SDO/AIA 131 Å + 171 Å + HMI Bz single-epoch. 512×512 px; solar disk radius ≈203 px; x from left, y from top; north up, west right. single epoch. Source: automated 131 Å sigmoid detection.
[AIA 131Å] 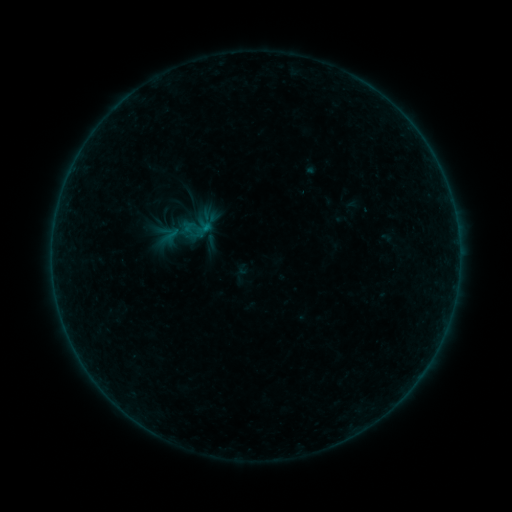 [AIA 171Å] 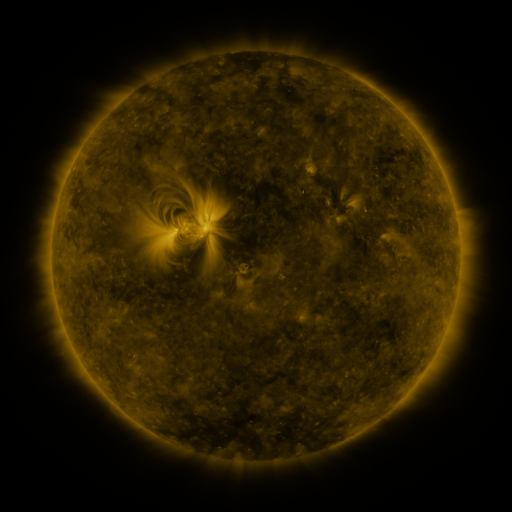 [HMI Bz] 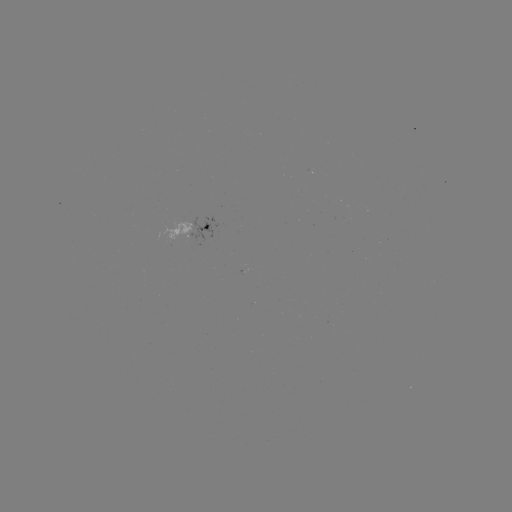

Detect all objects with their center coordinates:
sigmoid: <bbox>184, 217, 205, 239</bbox>
